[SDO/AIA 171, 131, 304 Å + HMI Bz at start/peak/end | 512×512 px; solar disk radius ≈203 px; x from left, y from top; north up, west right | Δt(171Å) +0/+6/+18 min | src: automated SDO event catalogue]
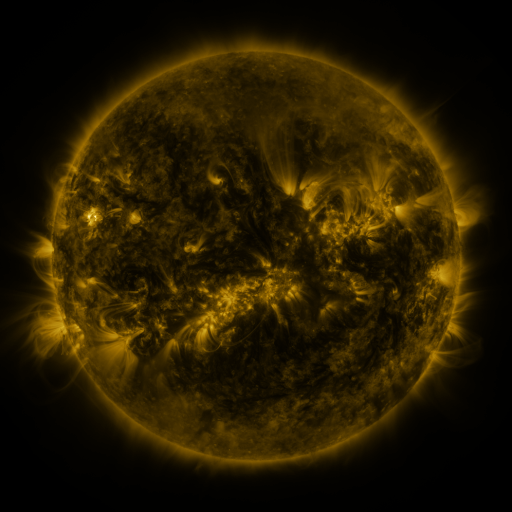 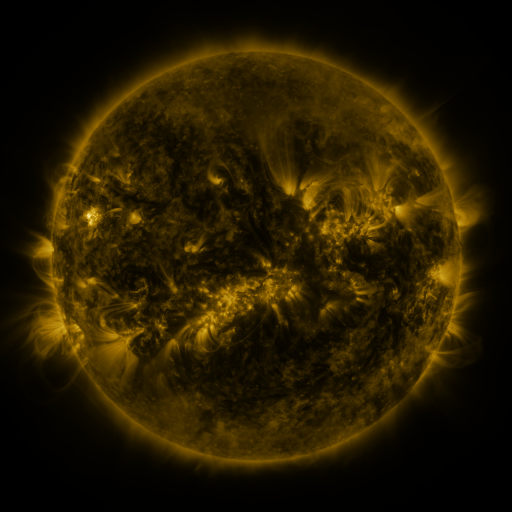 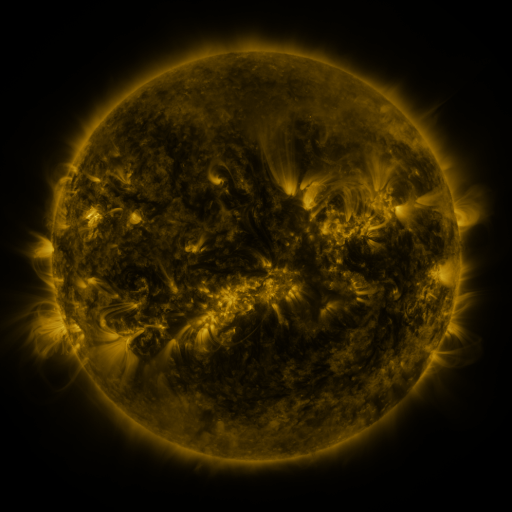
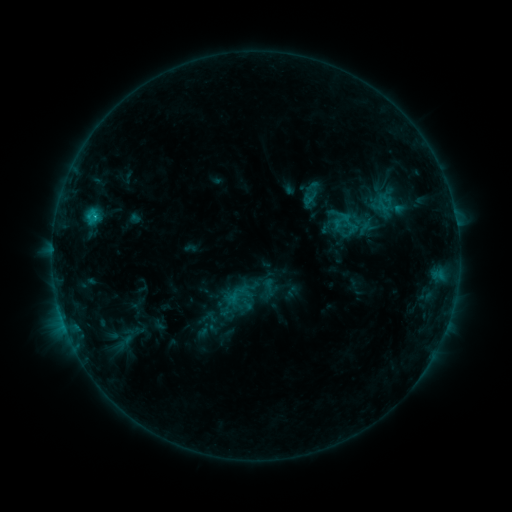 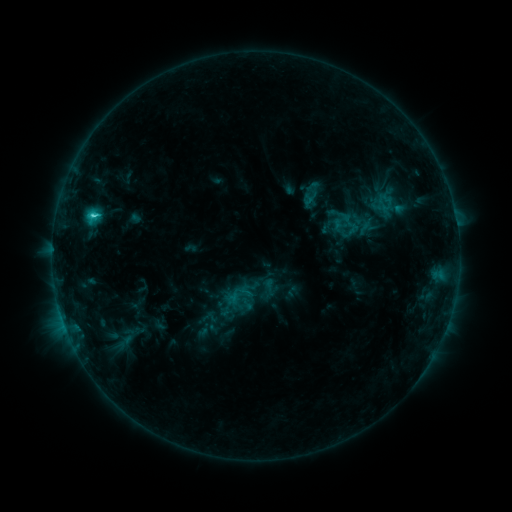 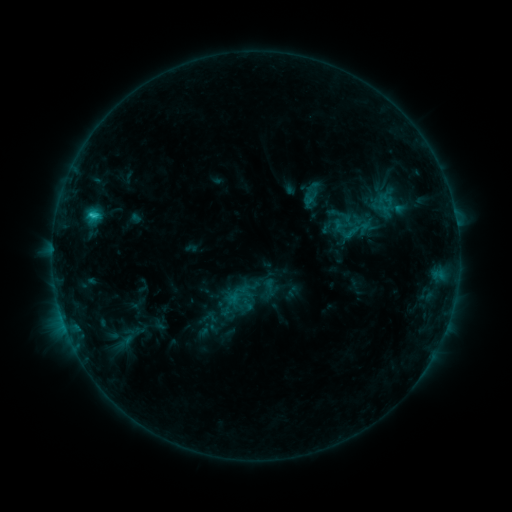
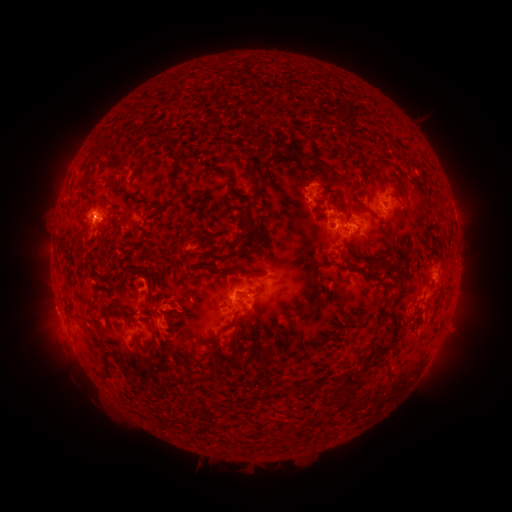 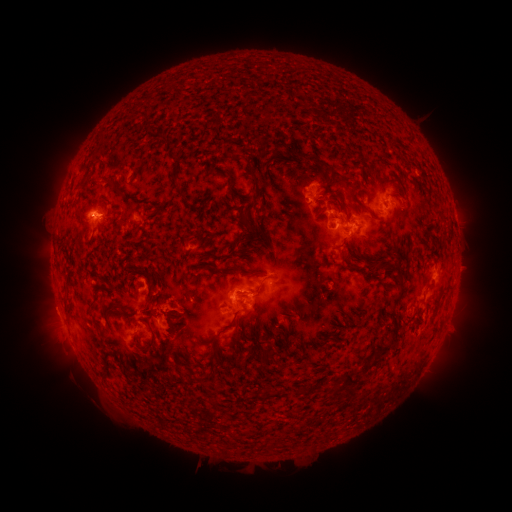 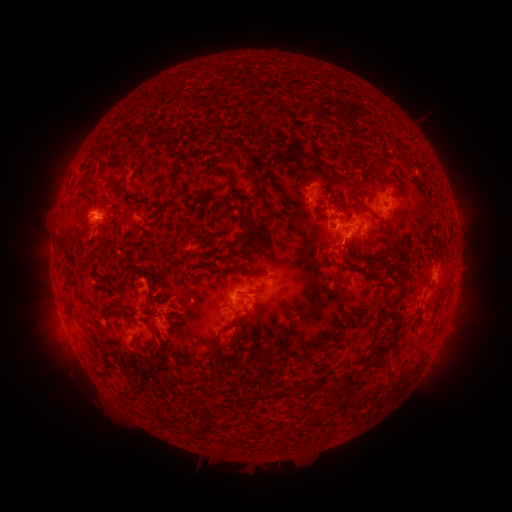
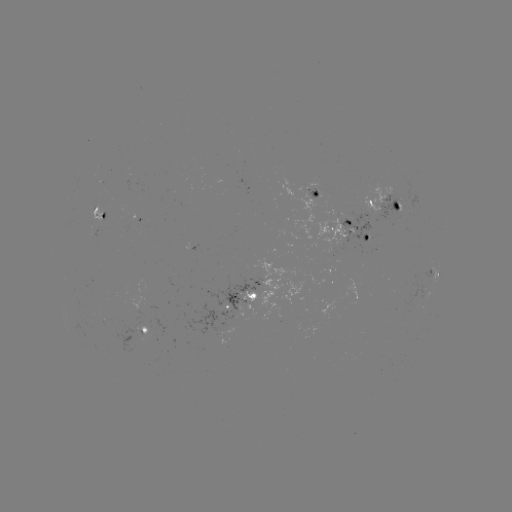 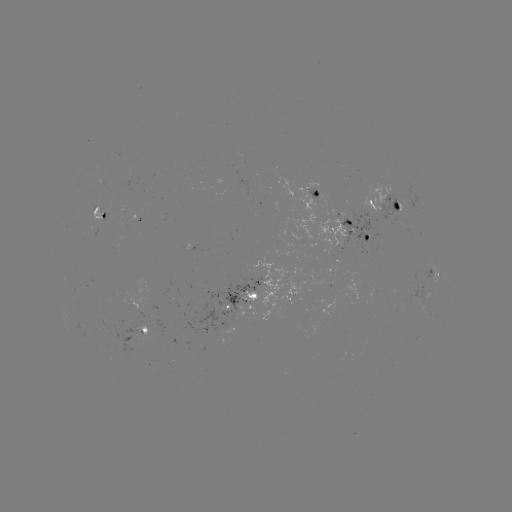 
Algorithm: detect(C2.6 flare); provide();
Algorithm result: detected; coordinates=[93, 218]